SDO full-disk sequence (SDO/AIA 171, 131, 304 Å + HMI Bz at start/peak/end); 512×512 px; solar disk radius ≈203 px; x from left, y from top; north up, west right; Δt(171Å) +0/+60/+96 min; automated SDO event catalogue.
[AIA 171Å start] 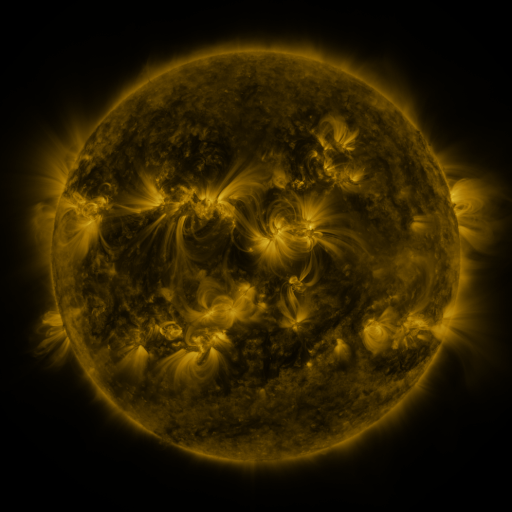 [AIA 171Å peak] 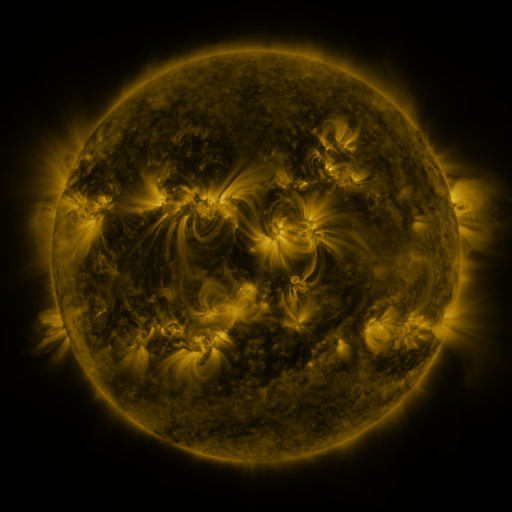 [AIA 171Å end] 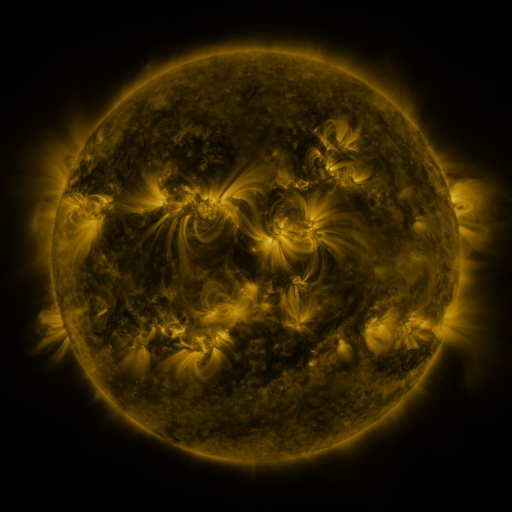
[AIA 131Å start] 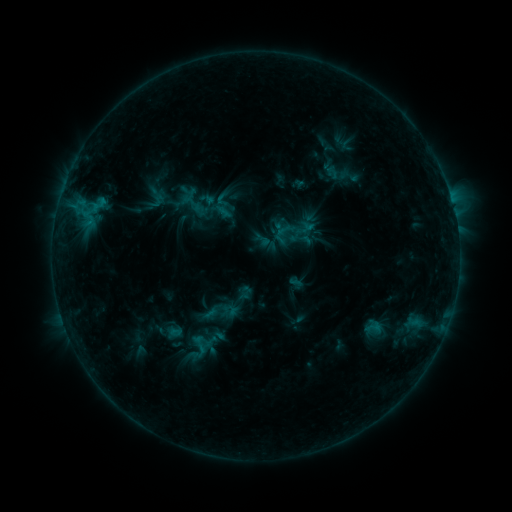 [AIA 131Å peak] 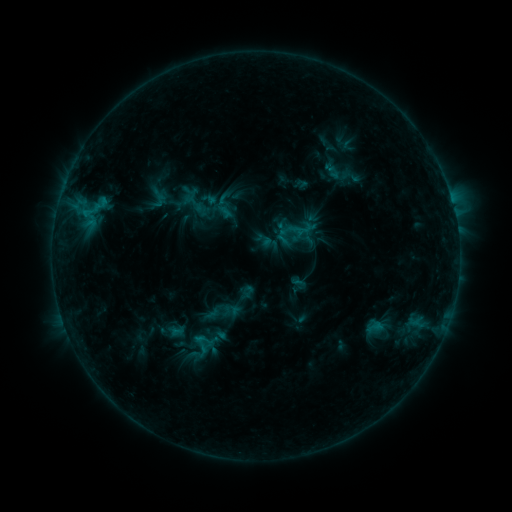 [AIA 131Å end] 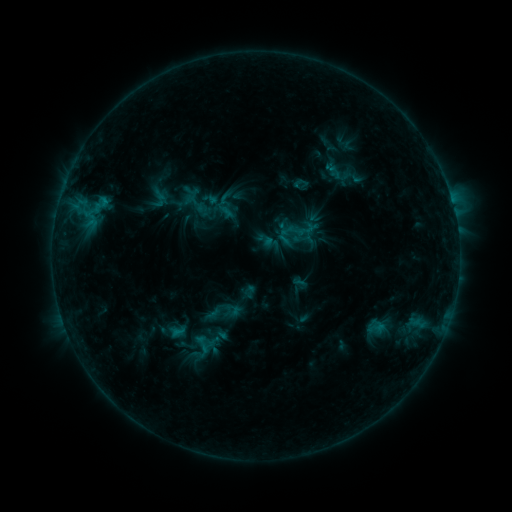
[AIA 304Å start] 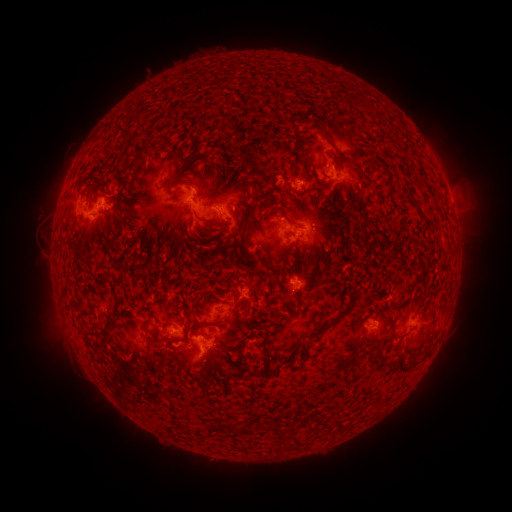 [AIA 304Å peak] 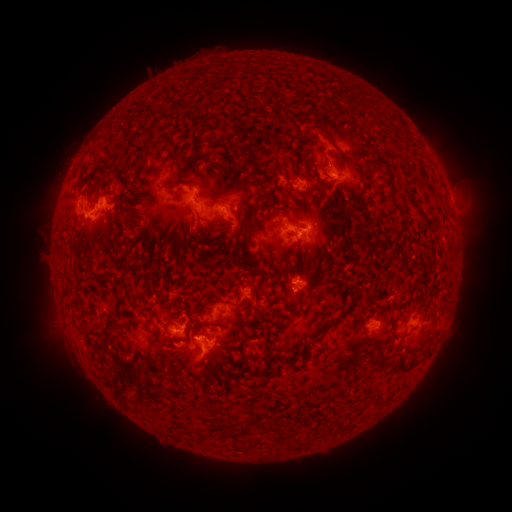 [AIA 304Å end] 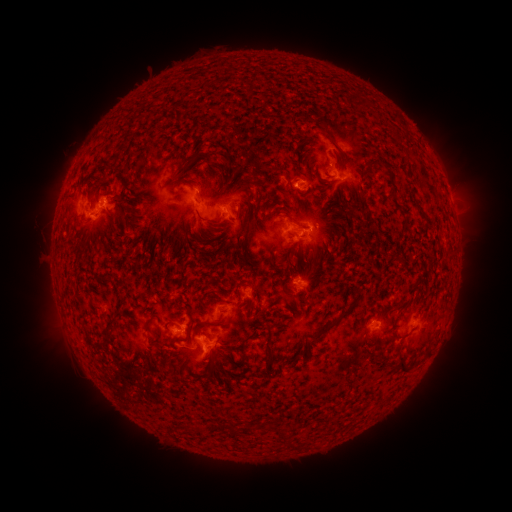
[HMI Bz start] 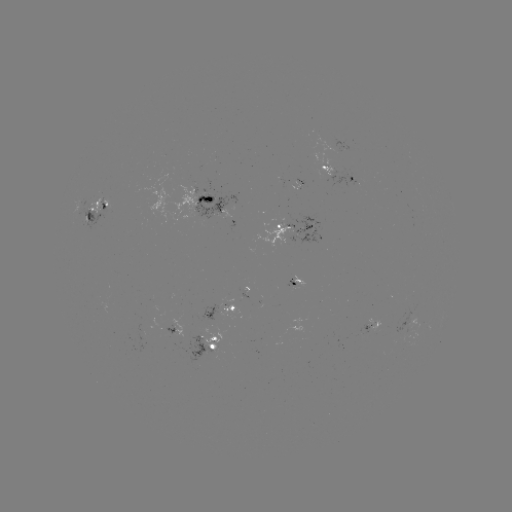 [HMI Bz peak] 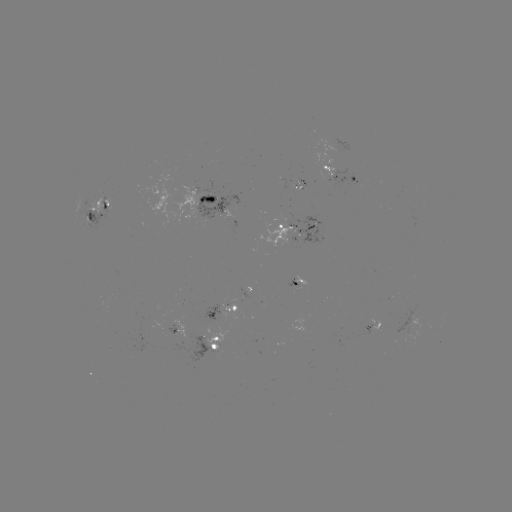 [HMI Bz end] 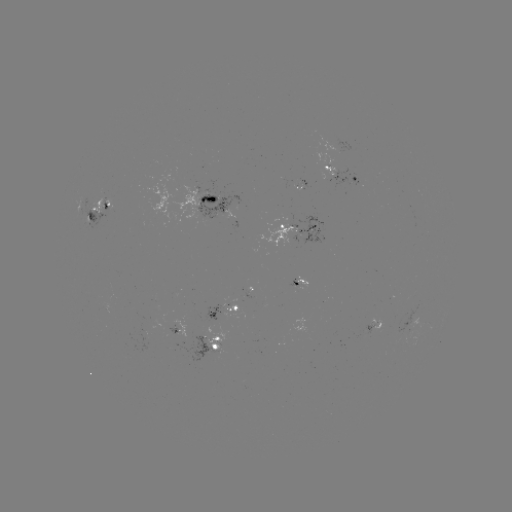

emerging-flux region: [287, 279, 300, 290]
